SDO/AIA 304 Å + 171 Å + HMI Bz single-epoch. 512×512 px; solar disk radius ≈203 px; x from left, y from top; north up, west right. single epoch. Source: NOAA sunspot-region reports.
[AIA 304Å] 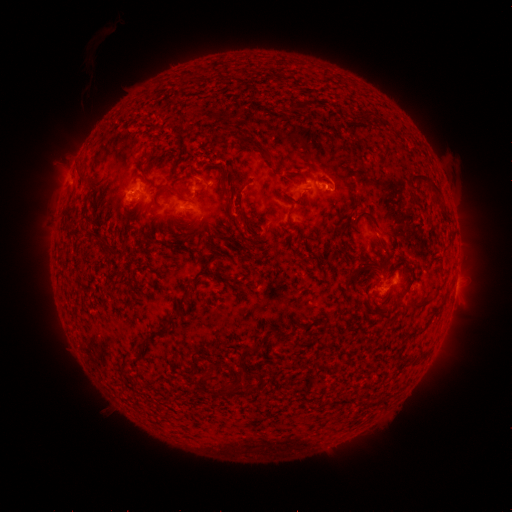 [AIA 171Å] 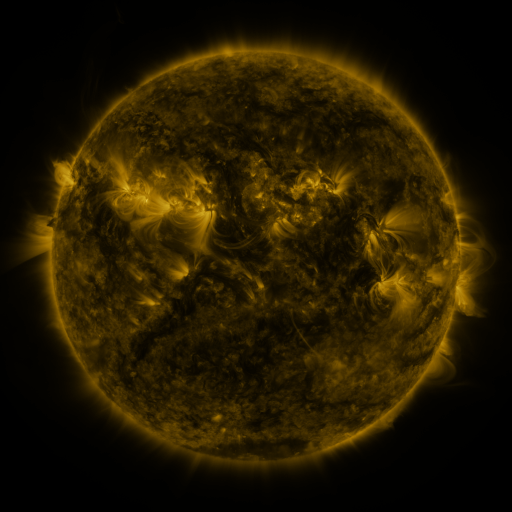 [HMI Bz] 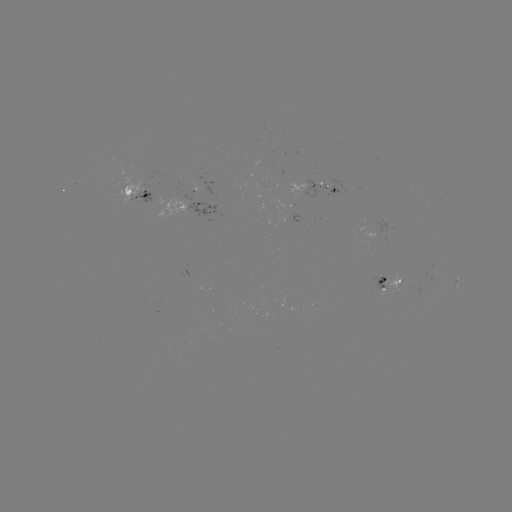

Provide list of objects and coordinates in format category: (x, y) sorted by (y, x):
spotted active region: (320, 185)
spotted active region: (139, 192)
spotted active region: (190, 206)
spotted active region: (392, 281)
spotted active region: (457, 283)
